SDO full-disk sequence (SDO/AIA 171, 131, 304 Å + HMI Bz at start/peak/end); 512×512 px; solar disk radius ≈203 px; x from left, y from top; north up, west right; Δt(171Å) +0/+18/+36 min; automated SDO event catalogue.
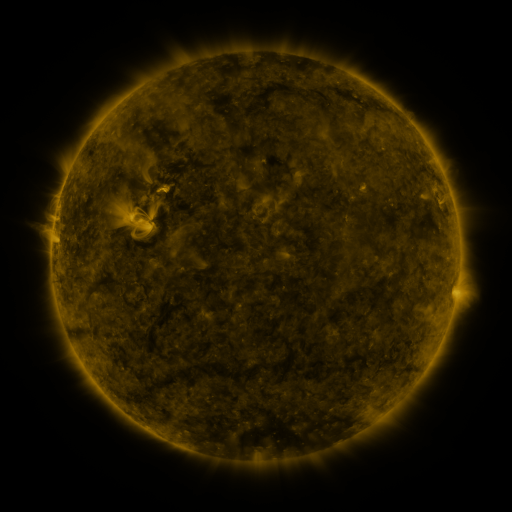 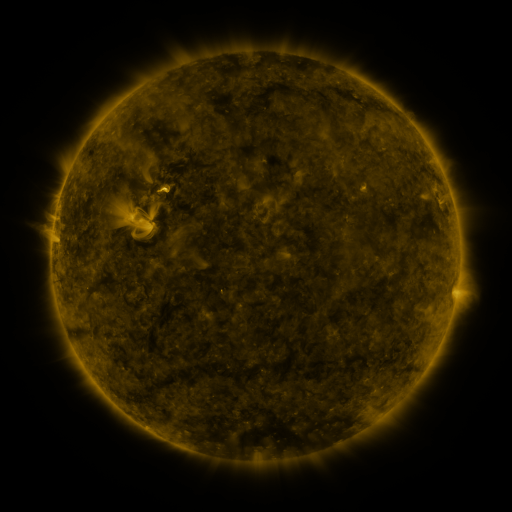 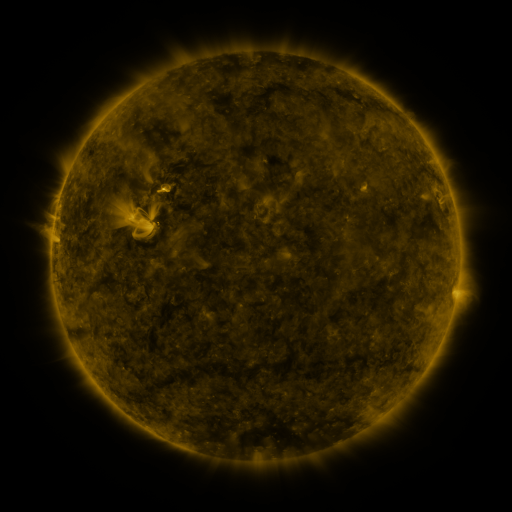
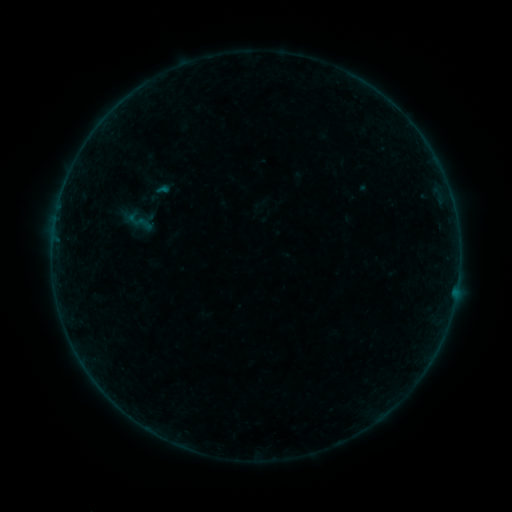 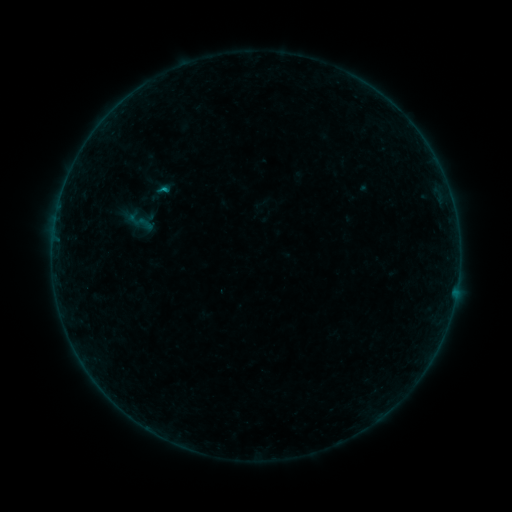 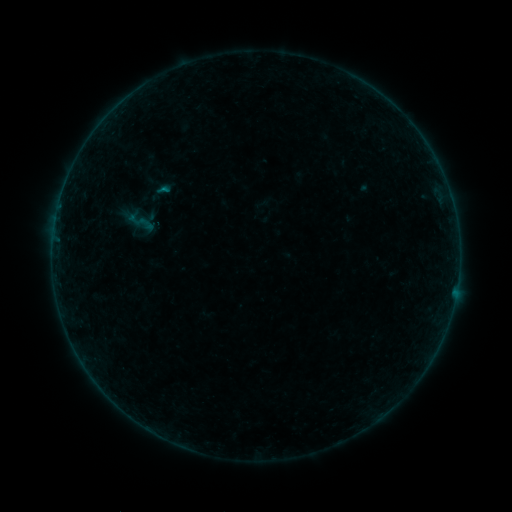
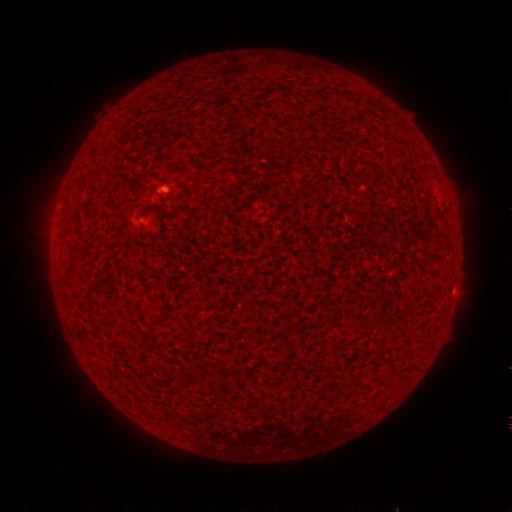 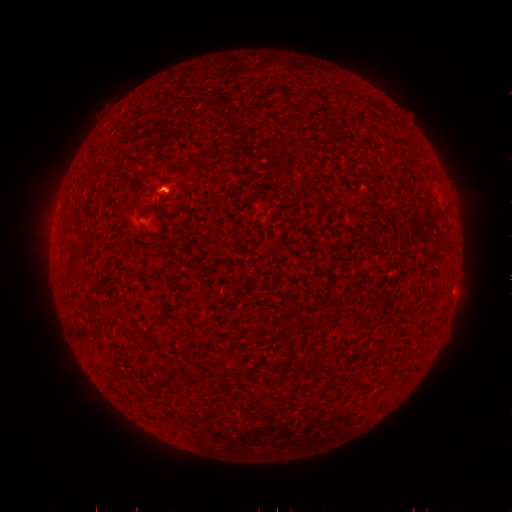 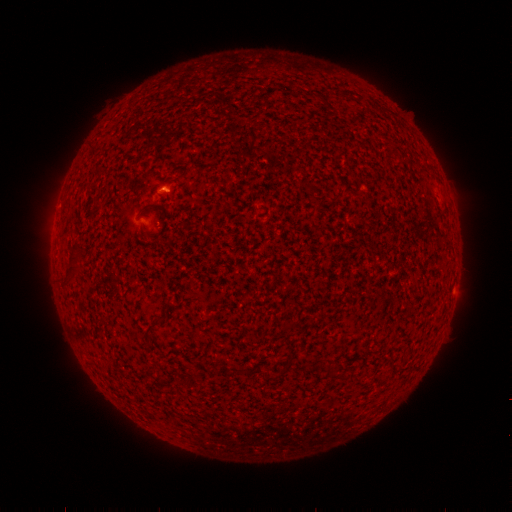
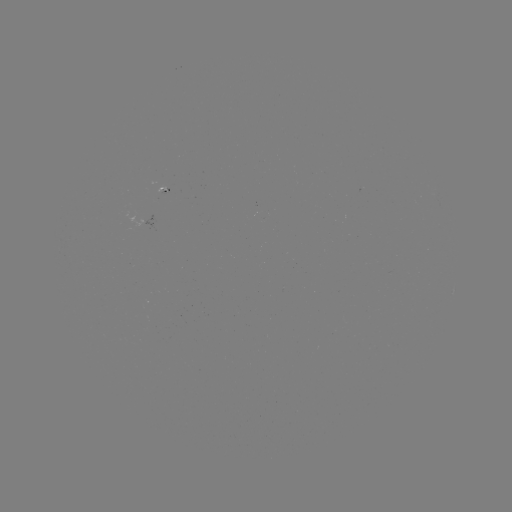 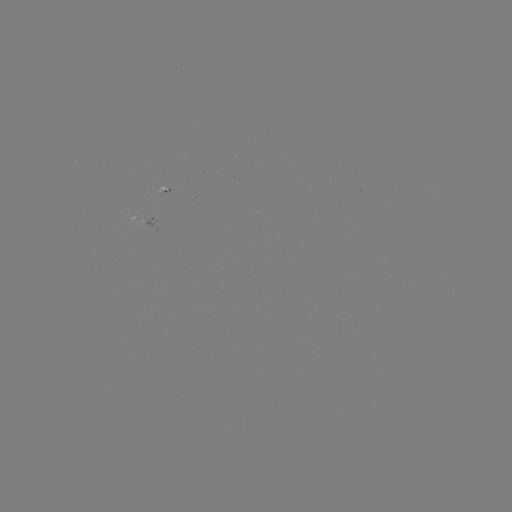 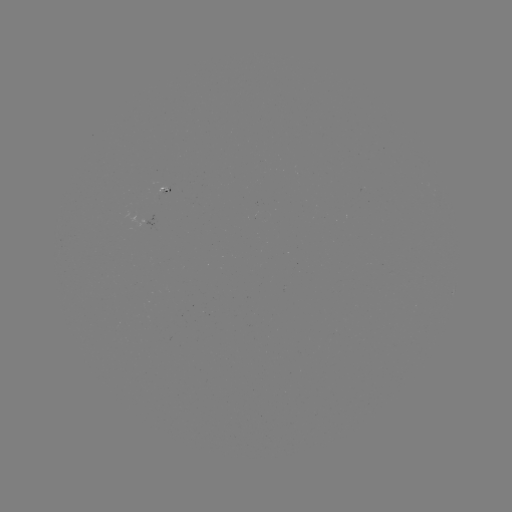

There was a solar flare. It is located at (165, 190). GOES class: B1.7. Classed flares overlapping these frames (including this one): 1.